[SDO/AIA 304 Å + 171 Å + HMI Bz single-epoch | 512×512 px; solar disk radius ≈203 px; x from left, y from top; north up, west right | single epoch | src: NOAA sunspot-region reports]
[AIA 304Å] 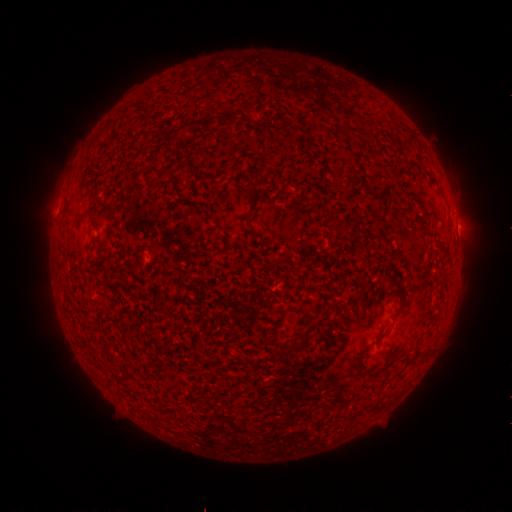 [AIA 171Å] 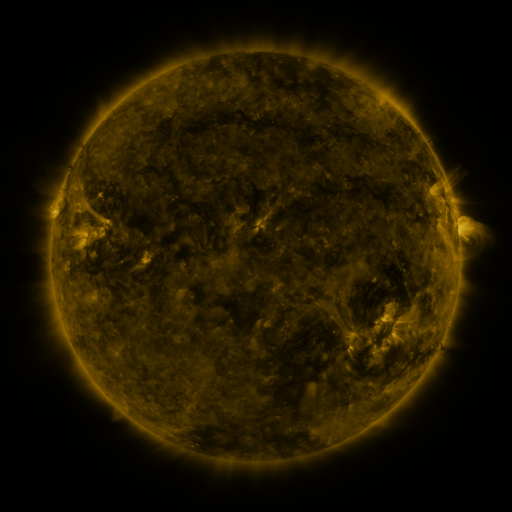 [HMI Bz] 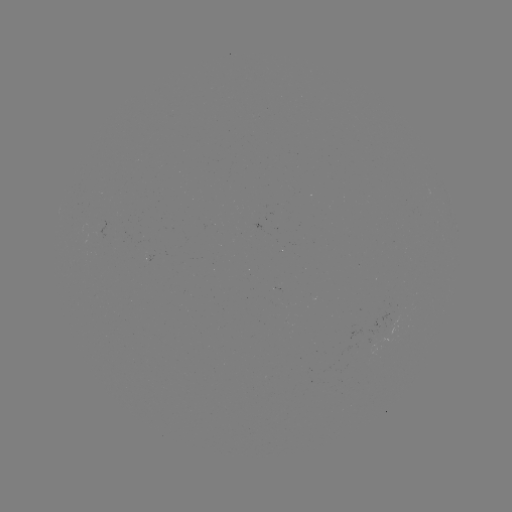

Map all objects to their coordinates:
(none)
